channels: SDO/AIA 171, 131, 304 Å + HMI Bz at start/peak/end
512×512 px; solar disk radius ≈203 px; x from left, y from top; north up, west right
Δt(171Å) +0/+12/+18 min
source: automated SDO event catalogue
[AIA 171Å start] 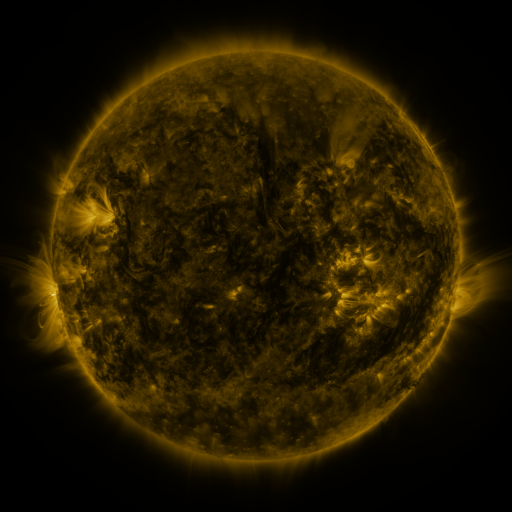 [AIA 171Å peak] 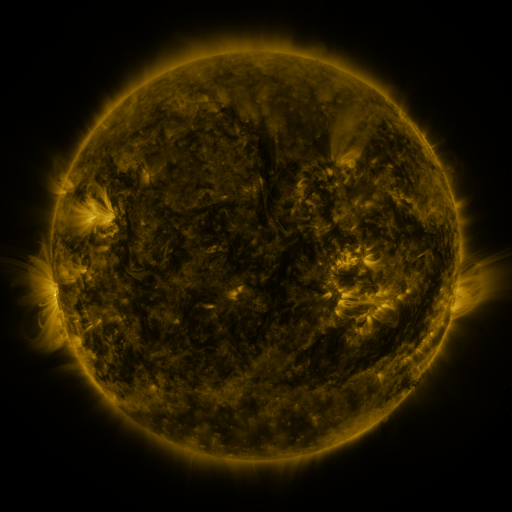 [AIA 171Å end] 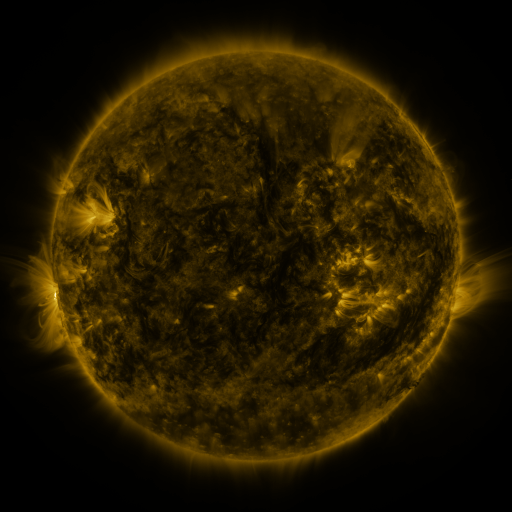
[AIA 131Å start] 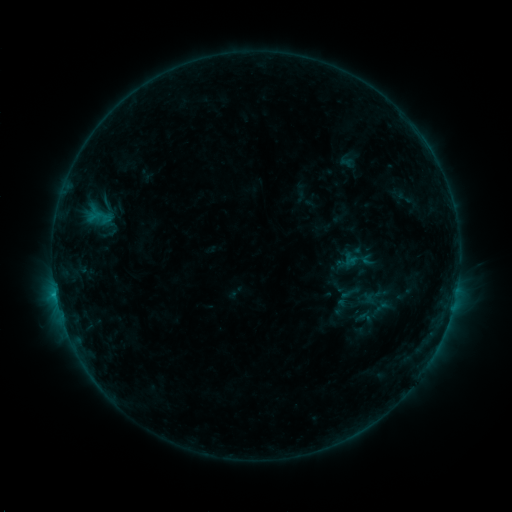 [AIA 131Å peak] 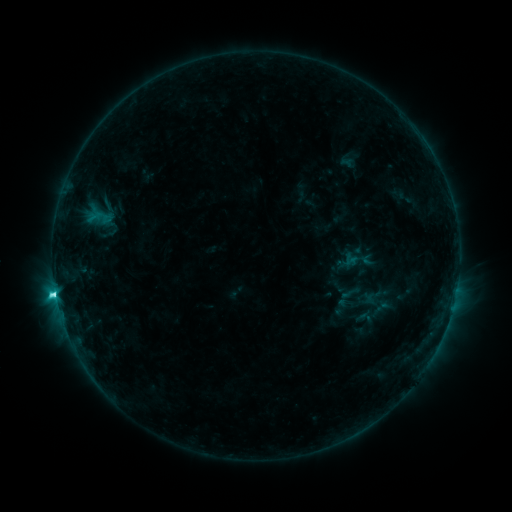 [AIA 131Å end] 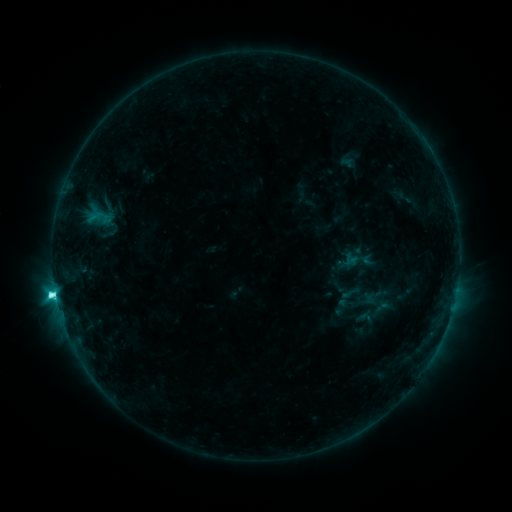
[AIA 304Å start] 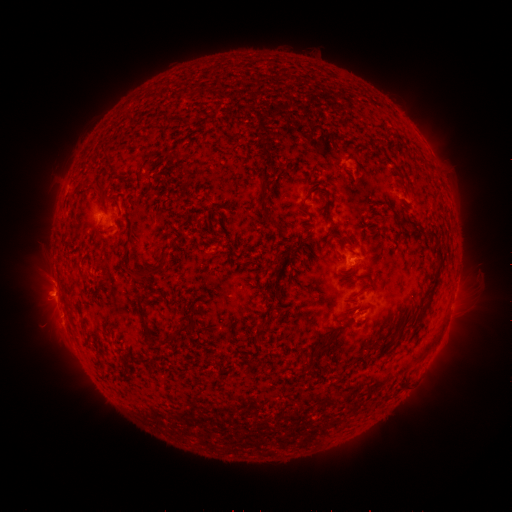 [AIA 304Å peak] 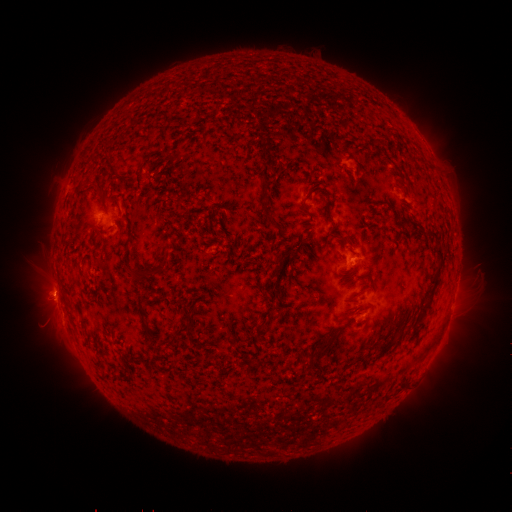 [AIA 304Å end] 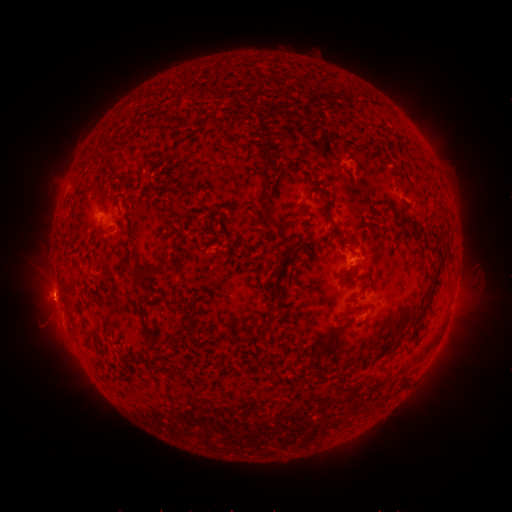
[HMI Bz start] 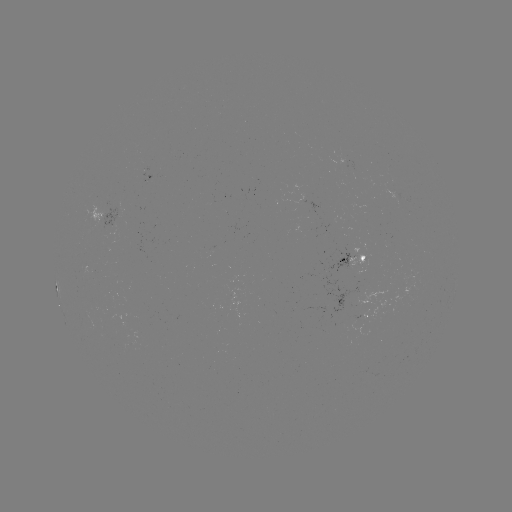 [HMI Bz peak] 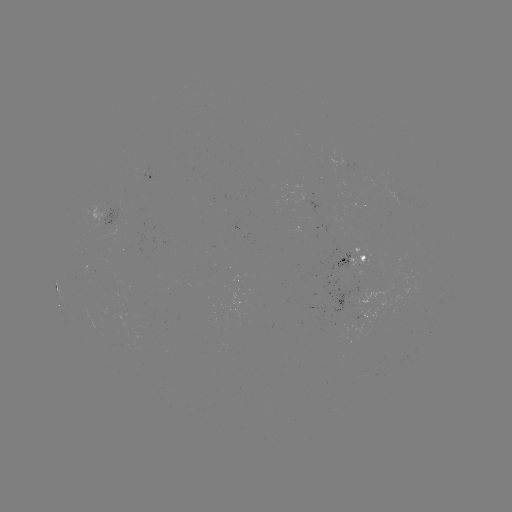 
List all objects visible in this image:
C5.4 flare: (55, 290)
